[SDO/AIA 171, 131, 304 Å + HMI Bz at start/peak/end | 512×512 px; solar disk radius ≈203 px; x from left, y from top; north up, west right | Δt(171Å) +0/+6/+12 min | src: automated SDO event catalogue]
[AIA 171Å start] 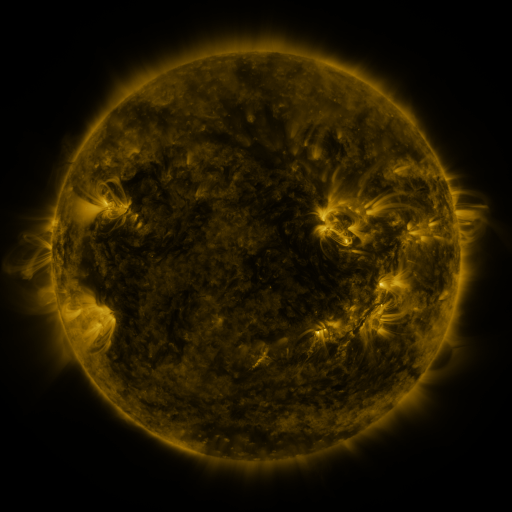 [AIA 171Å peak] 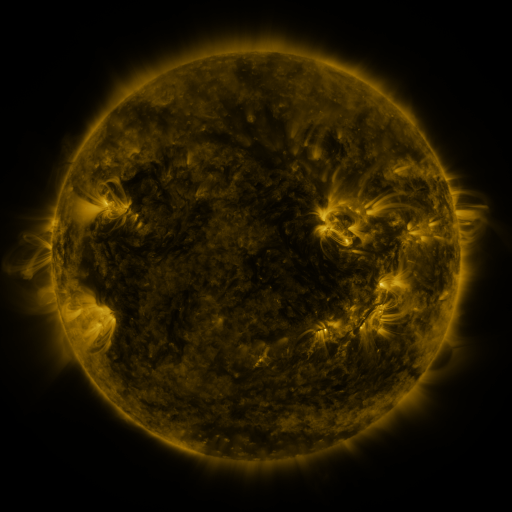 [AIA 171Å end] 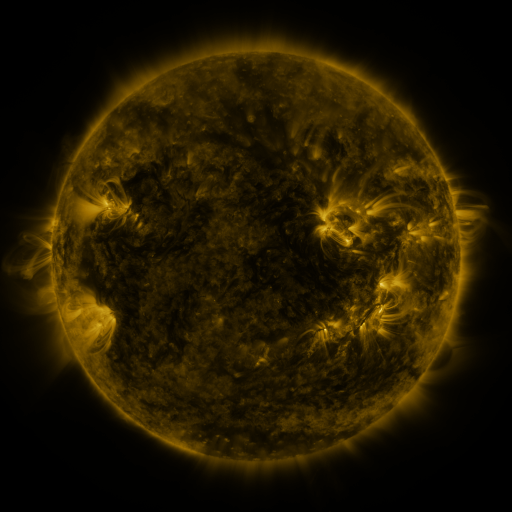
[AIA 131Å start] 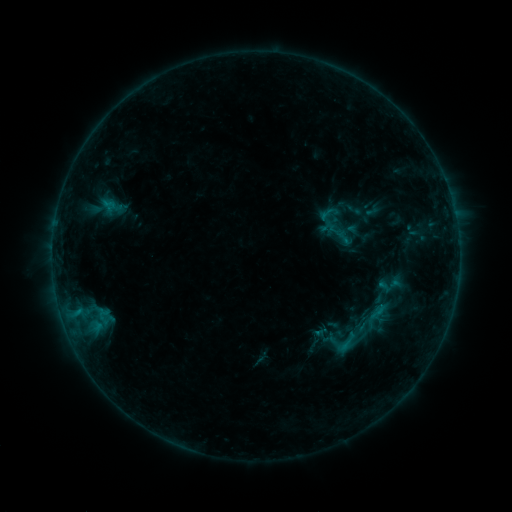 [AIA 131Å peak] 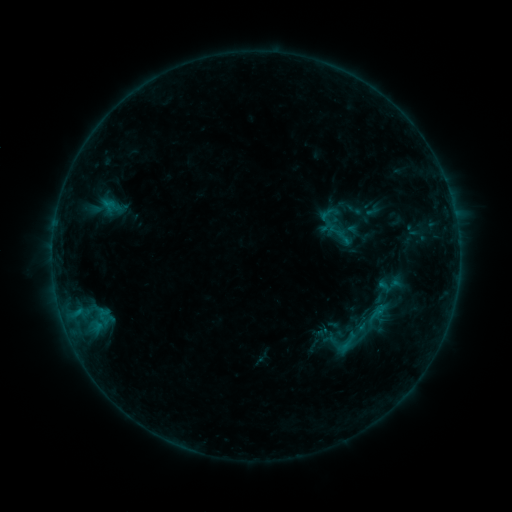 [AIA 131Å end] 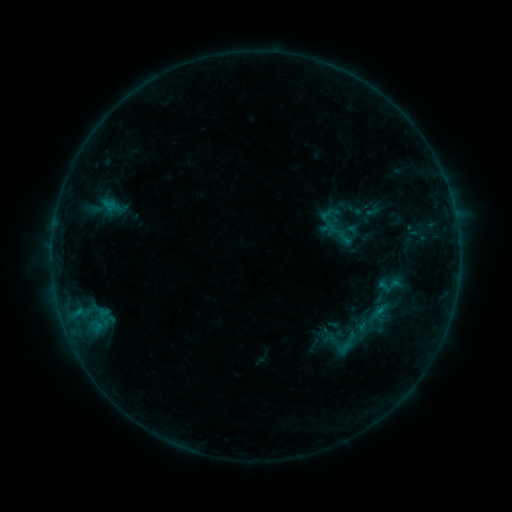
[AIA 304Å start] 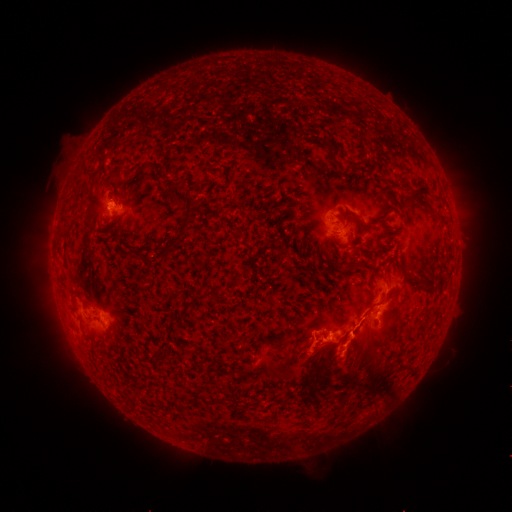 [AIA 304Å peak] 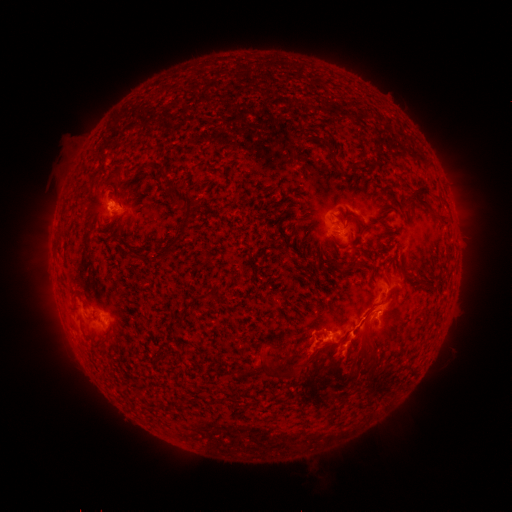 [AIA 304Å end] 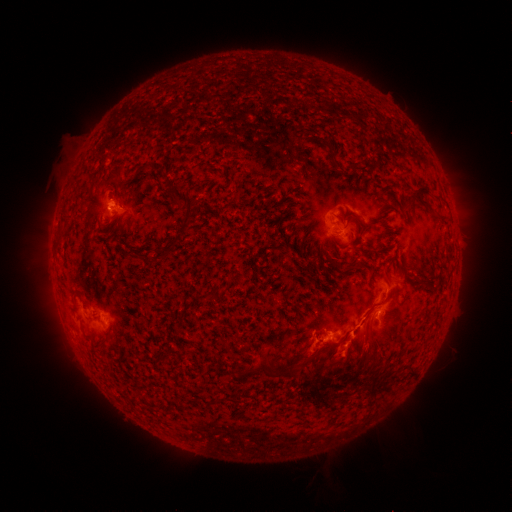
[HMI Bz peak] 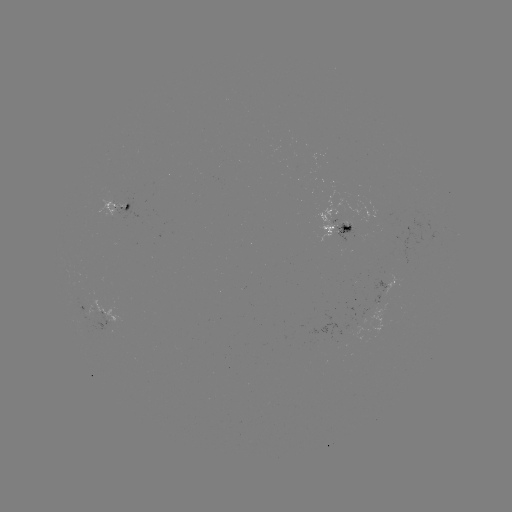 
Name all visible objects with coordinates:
eruption: (360, 364)
